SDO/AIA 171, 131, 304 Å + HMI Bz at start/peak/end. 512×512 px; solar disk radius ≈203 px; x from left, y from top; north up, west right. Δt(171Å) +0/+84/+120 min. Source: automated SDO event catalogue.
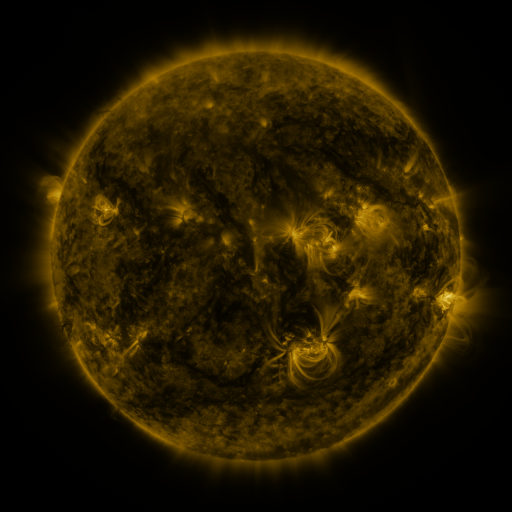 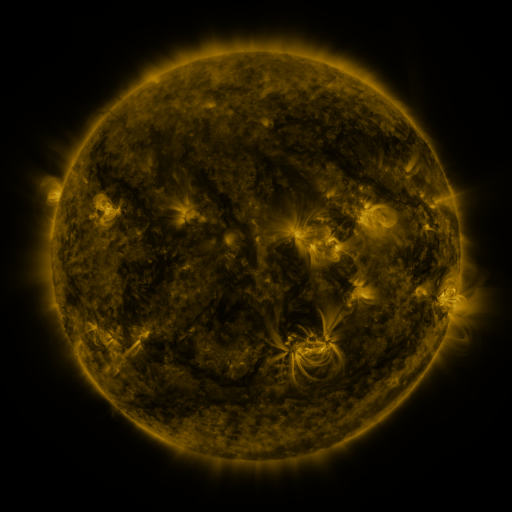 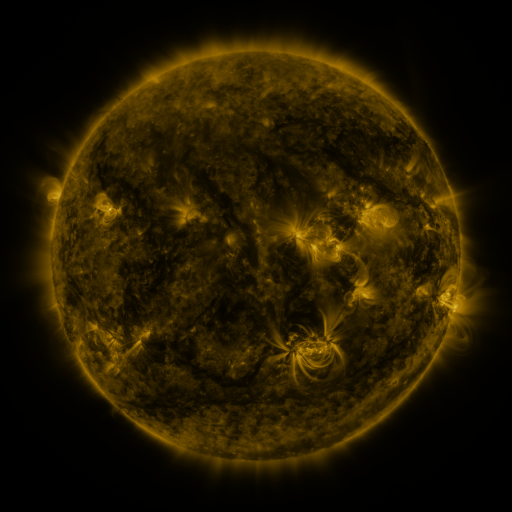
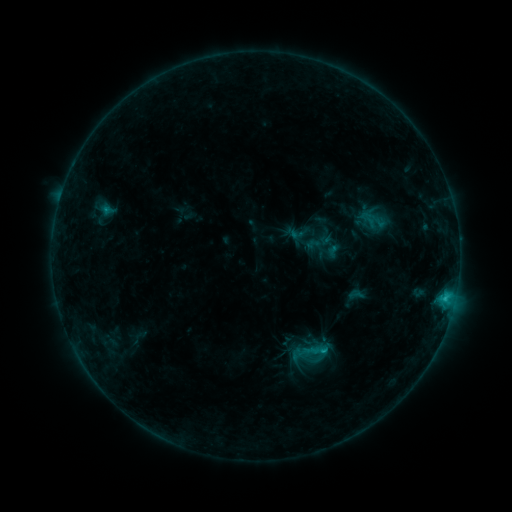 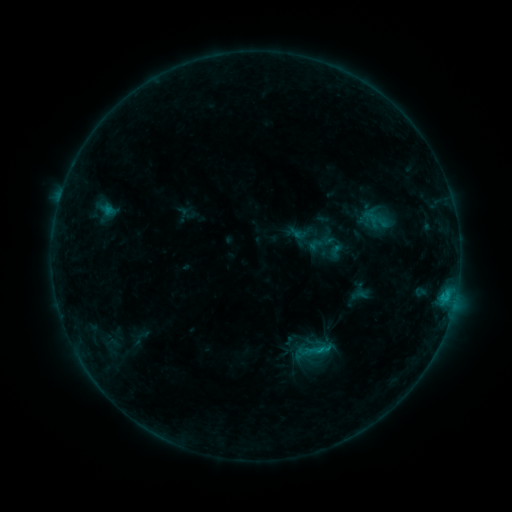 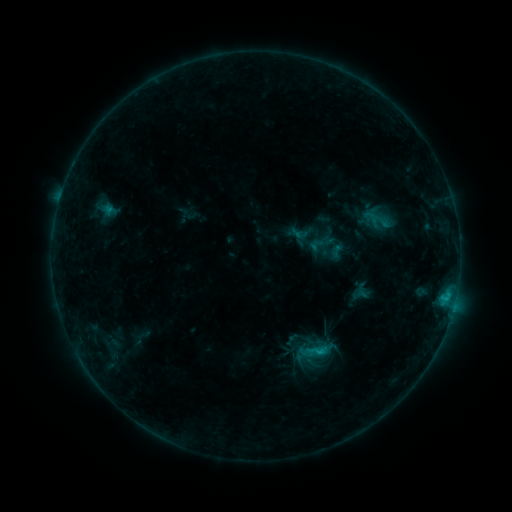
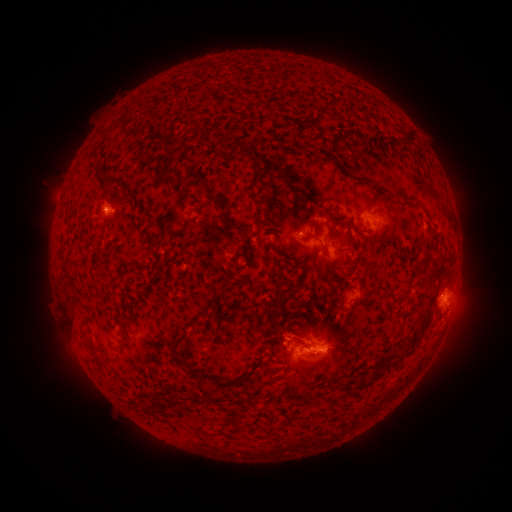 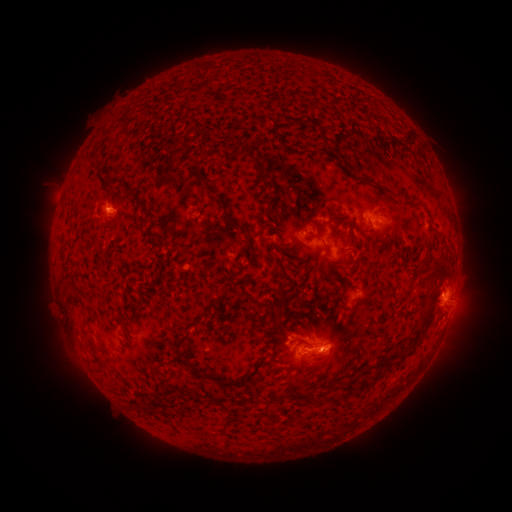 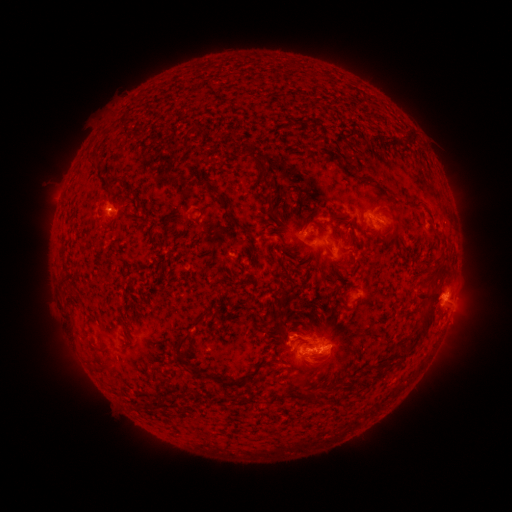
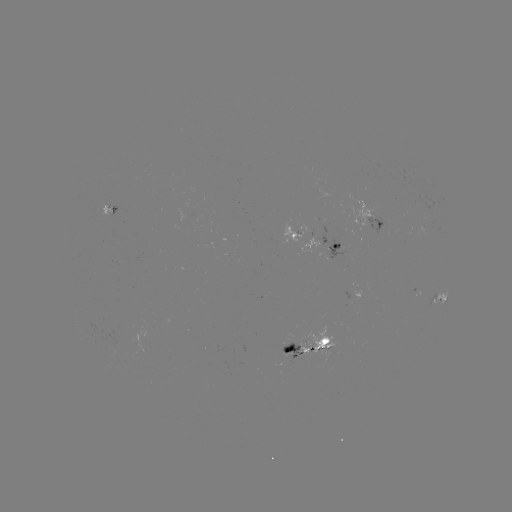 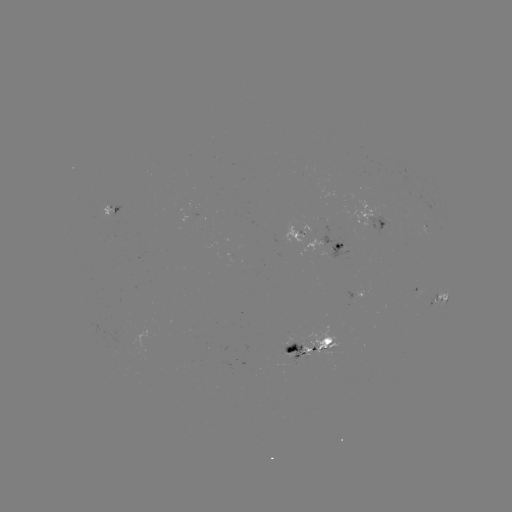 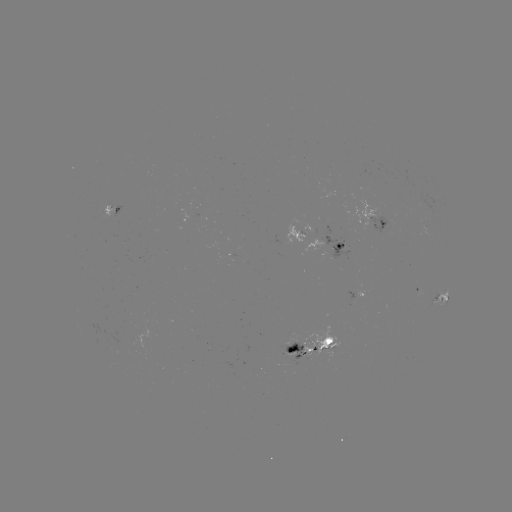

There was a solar emerging-flux region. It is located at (364, 179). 